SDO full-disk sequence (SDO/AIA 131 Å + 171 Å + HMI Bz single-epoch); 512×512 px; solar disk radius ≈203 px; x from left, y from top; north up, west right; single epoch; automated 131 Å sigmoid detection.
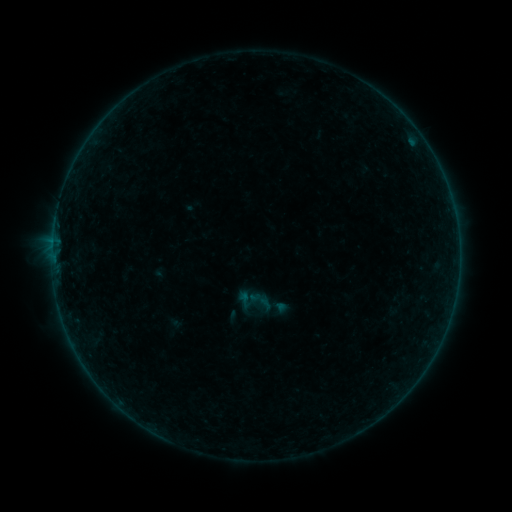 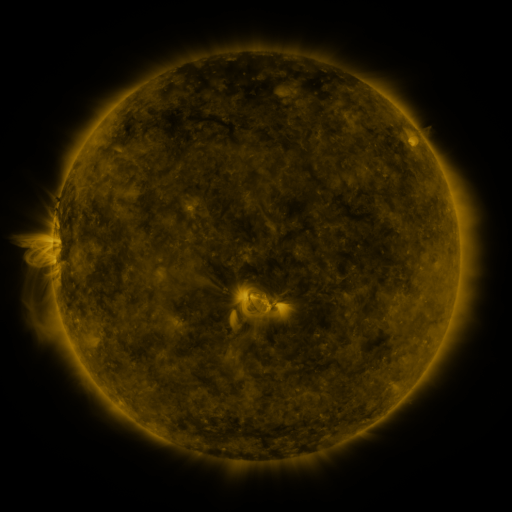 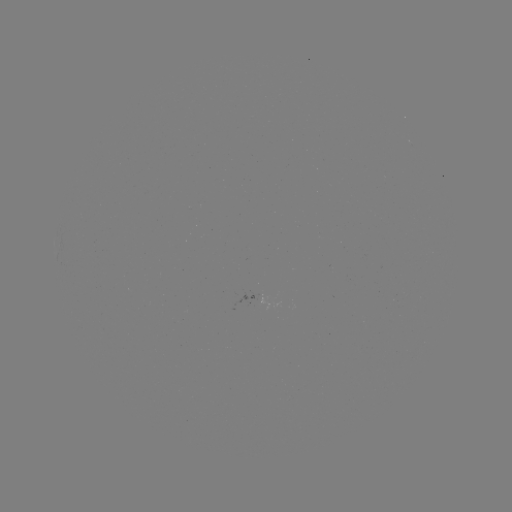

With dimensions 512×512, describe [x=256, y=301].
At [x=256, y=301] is sigmoid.